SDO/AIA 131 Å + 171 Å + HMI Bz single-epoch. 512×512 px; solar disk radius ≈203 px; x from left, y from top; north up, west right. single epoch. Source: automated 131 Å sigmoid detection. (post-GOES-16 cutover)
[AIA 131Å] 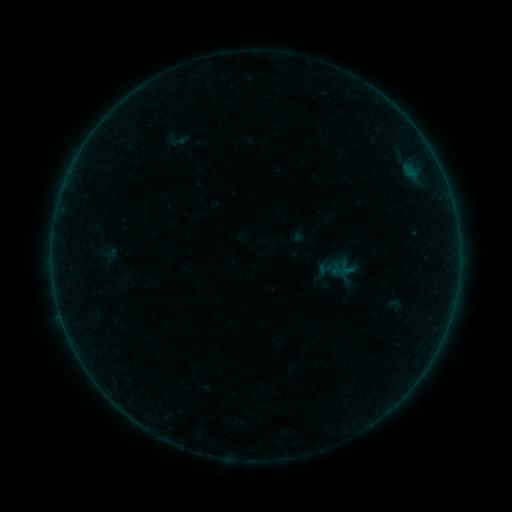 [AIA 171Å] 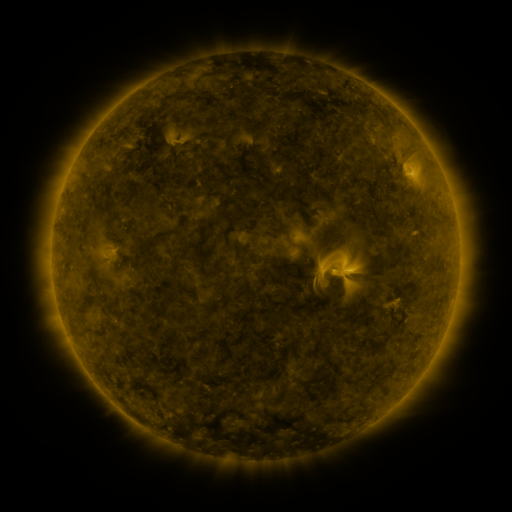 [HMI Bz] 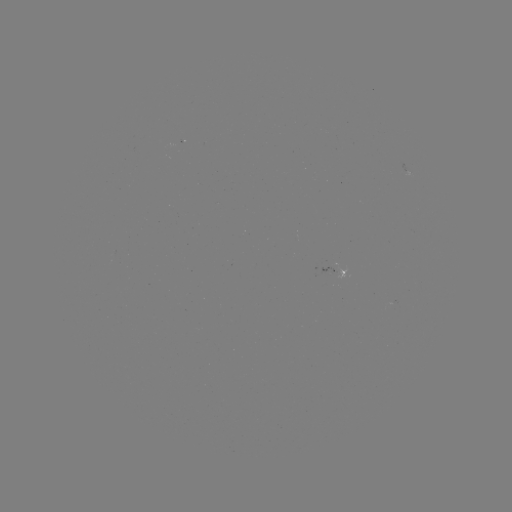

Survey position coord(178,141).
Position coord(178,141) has sigmoid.